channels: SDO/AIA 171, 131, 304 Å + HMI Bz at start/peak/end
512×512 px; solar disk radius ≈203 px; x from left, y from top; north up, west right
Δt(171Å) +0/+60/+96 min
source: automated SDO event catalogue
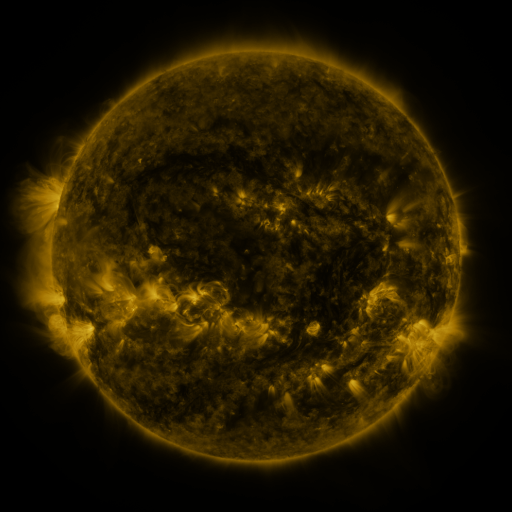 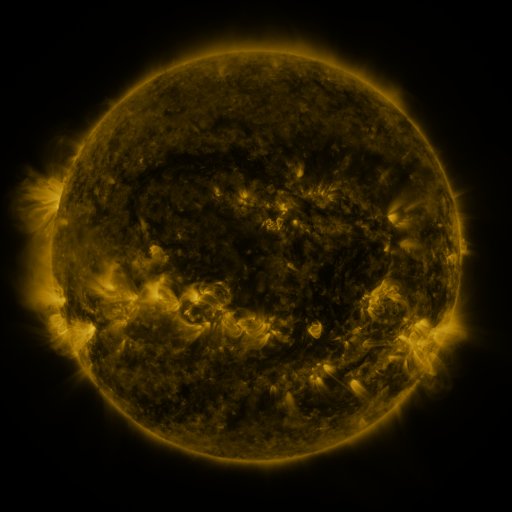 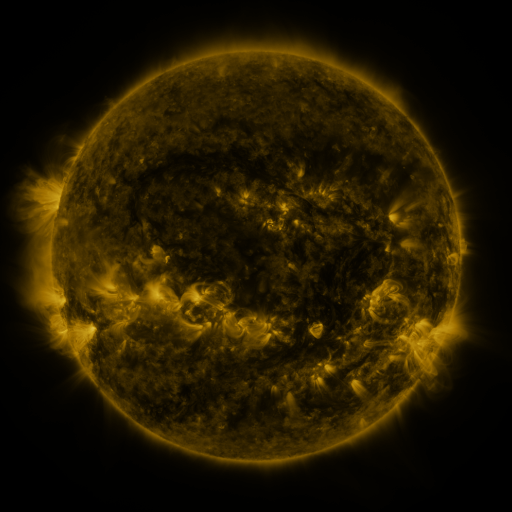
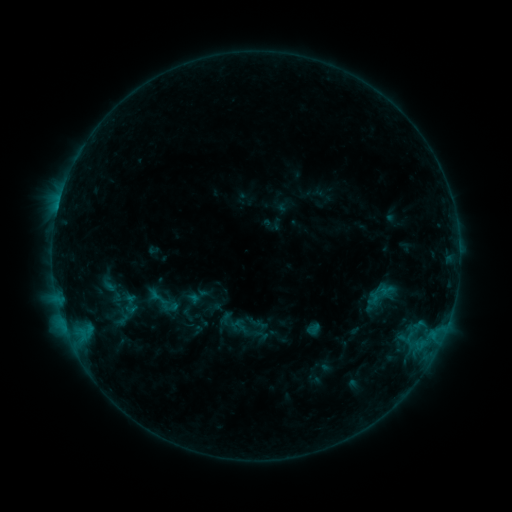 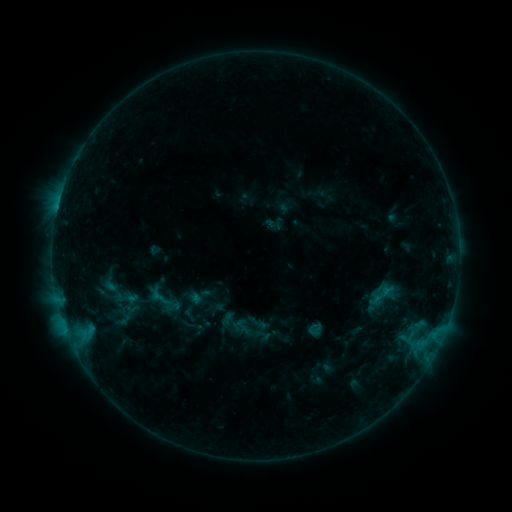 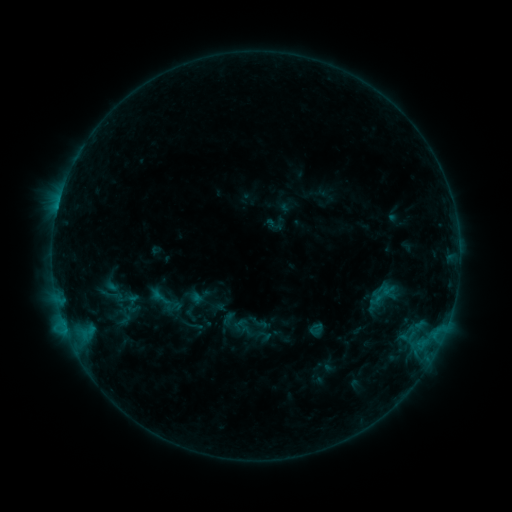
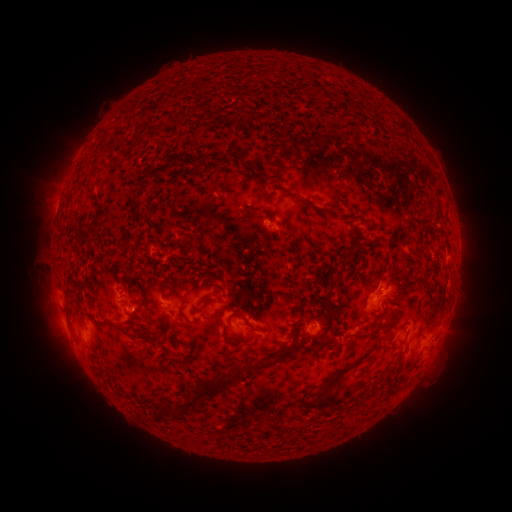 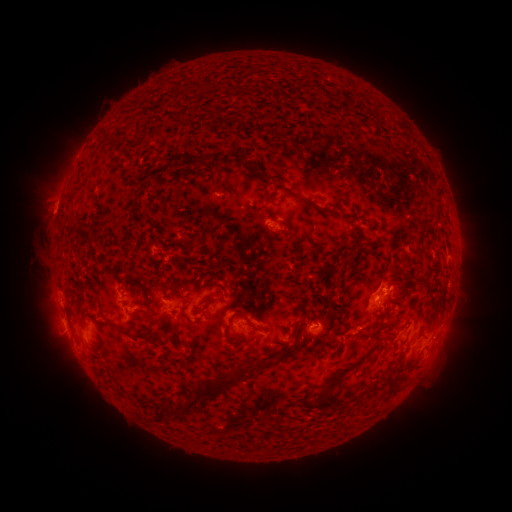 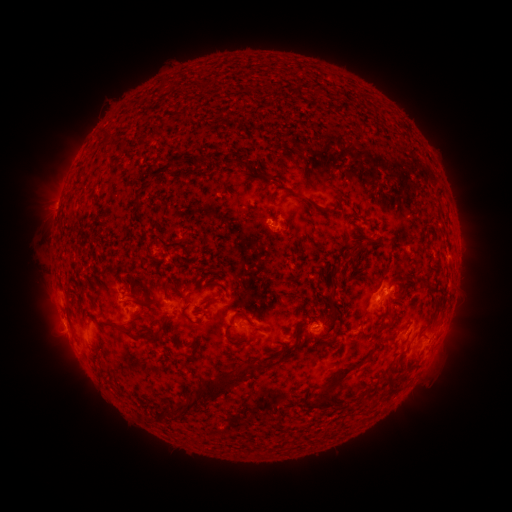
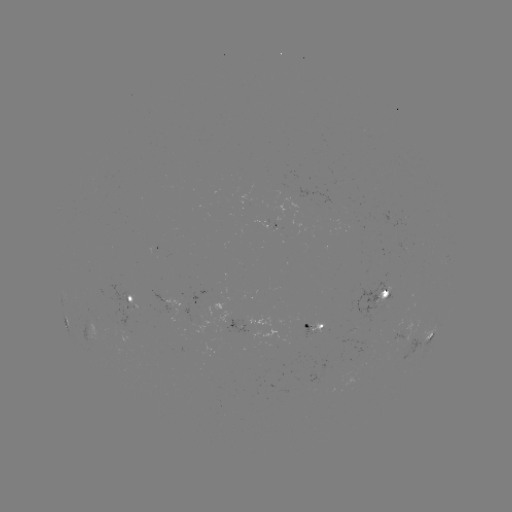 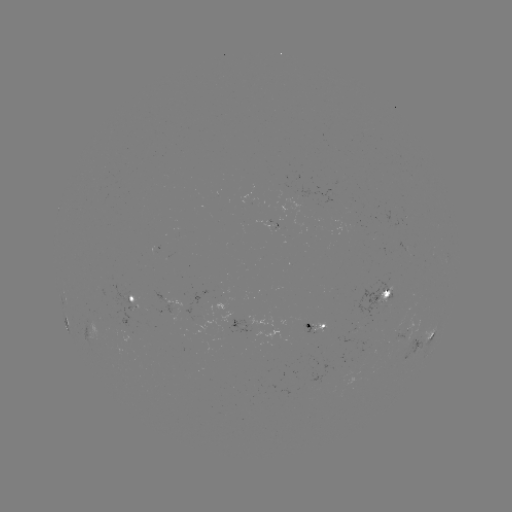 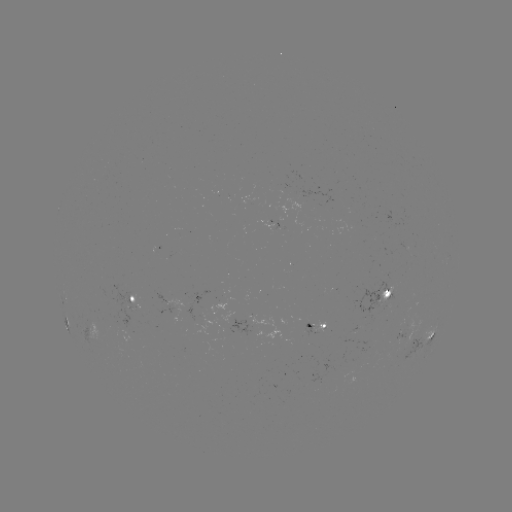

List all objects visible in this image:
emerging-flux region: (120, 325)
